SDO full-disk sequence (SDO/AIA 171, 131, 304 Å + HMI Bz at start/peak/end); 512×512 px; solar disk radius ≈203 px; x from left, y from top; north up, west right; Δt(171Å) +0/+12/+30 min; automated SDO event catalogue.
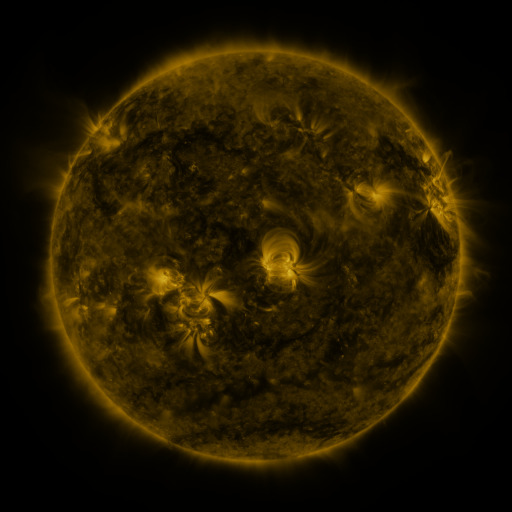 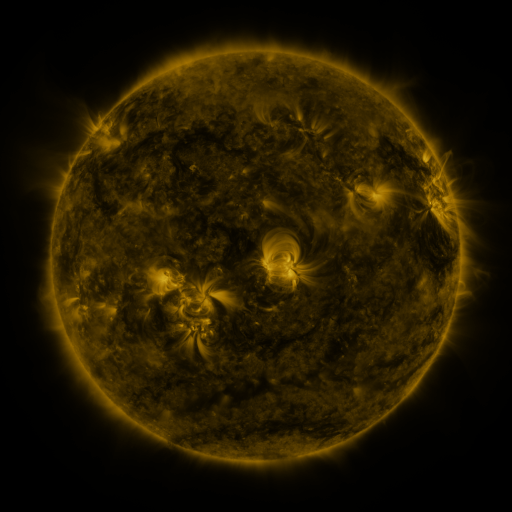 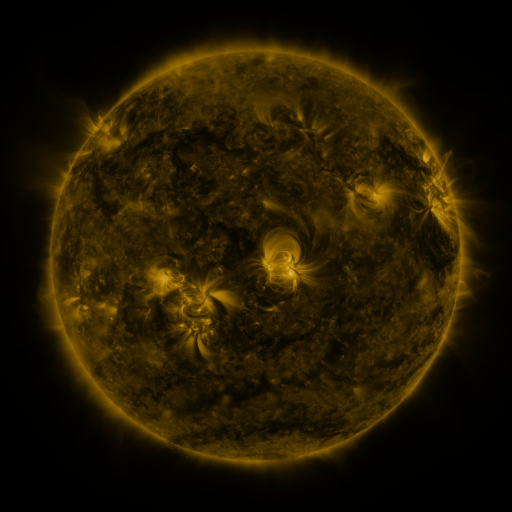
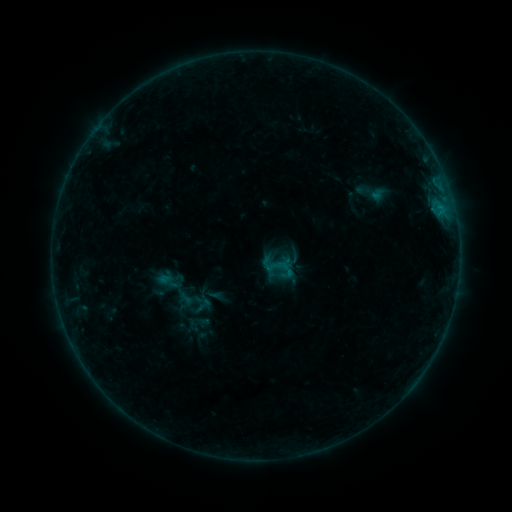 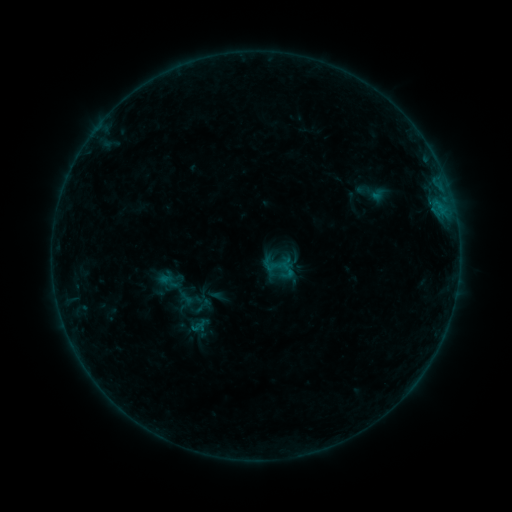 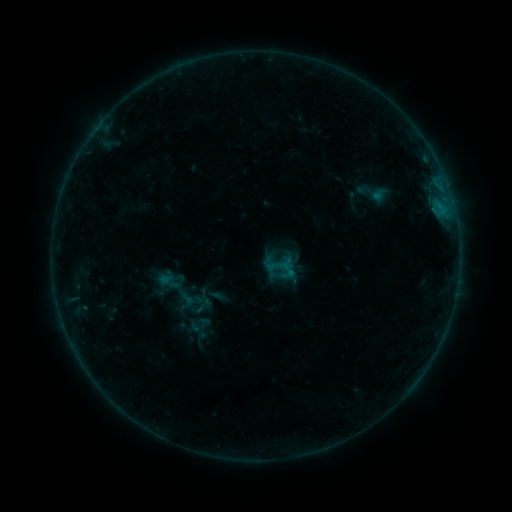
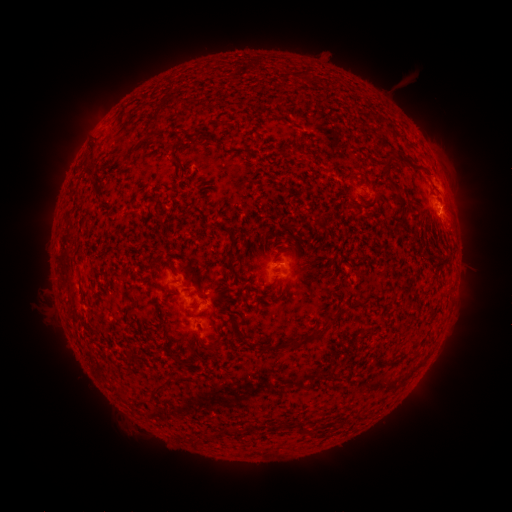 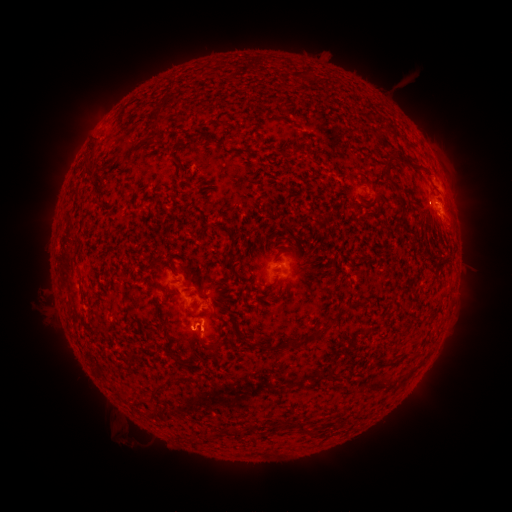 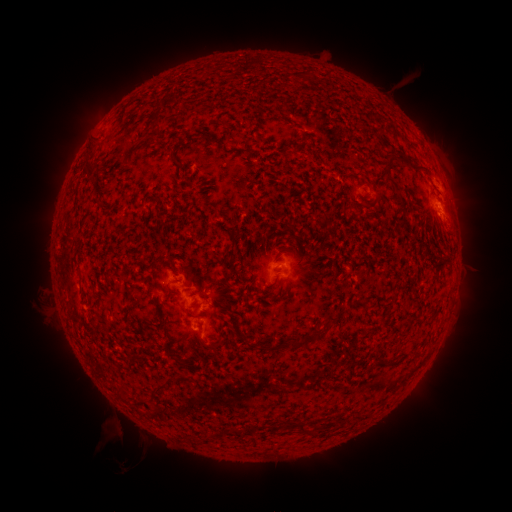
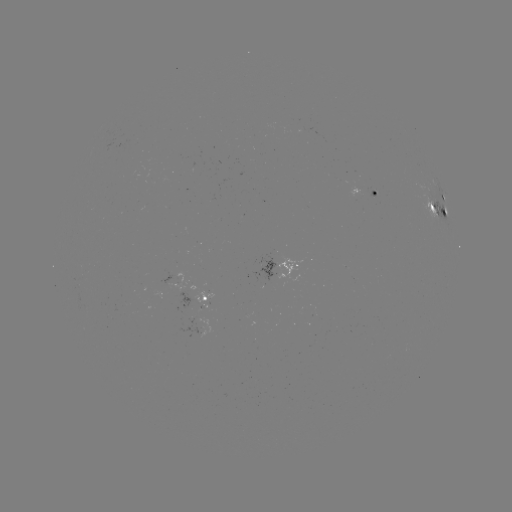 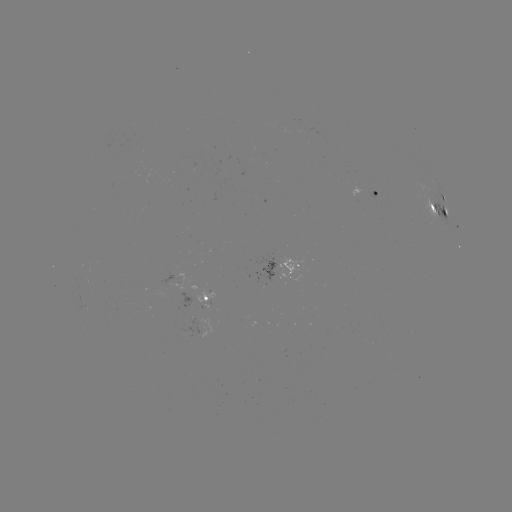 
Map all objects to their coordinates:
eruption: (132, 438)
